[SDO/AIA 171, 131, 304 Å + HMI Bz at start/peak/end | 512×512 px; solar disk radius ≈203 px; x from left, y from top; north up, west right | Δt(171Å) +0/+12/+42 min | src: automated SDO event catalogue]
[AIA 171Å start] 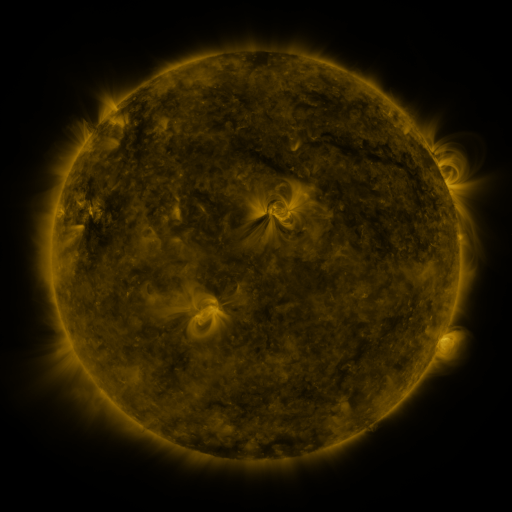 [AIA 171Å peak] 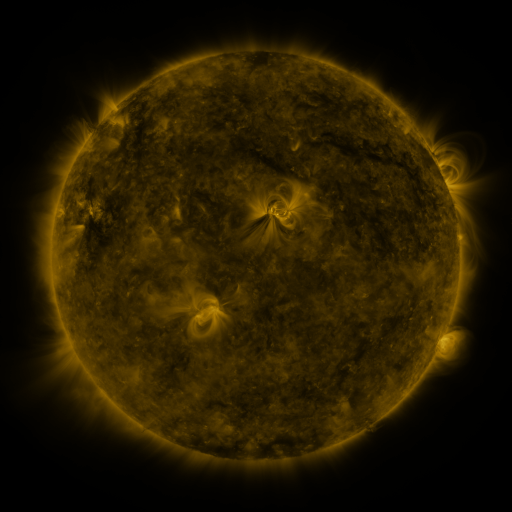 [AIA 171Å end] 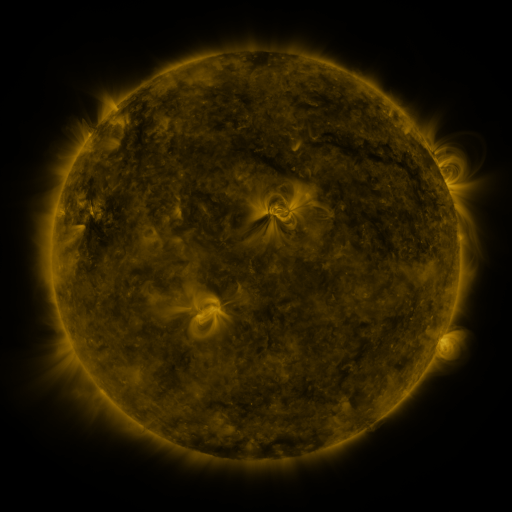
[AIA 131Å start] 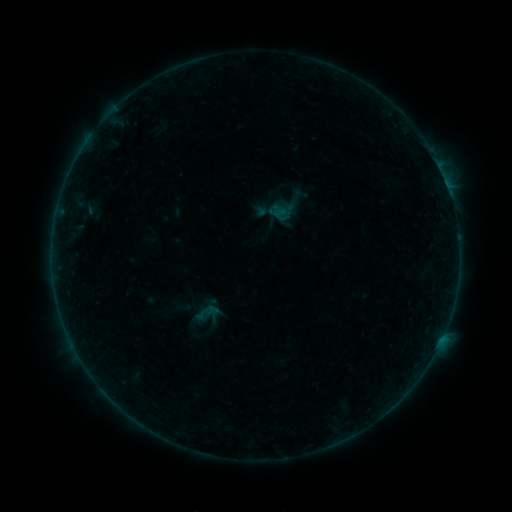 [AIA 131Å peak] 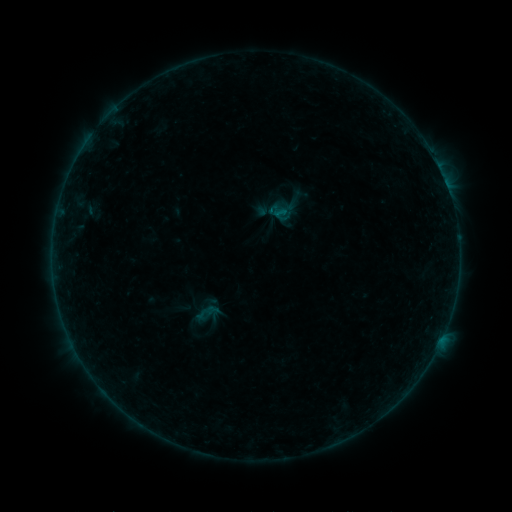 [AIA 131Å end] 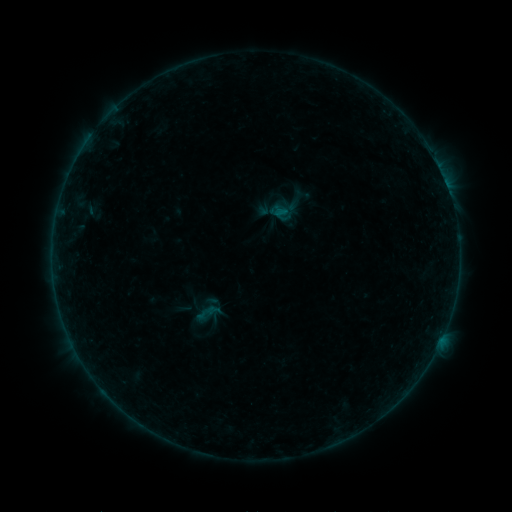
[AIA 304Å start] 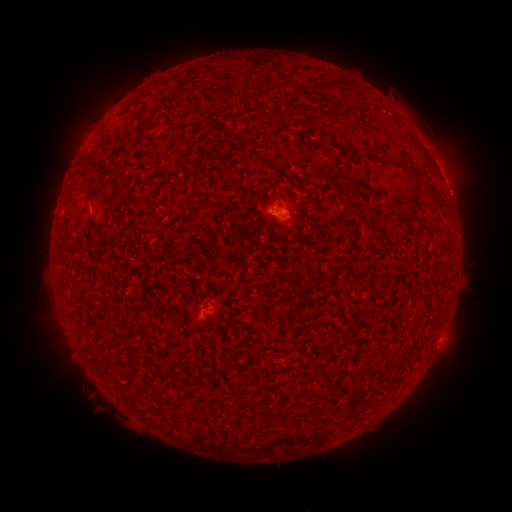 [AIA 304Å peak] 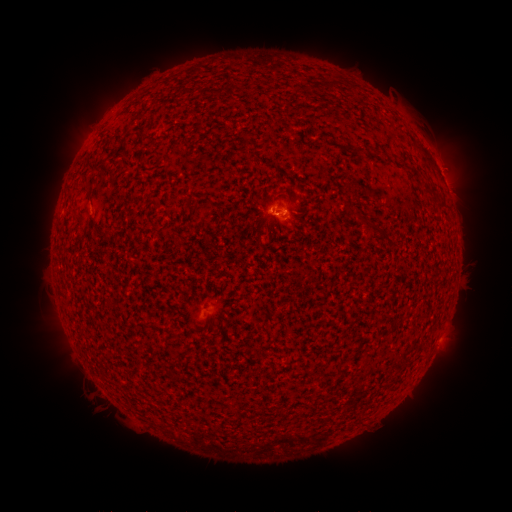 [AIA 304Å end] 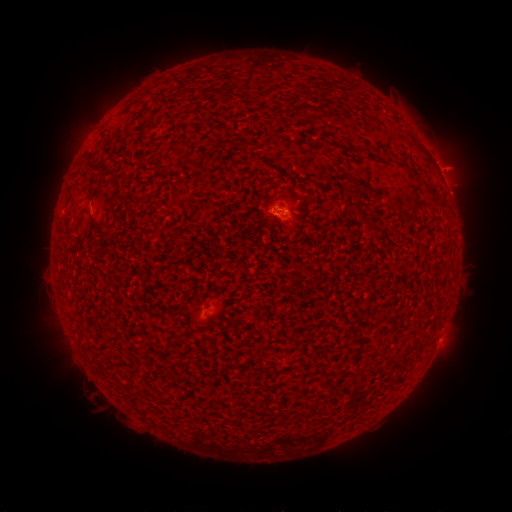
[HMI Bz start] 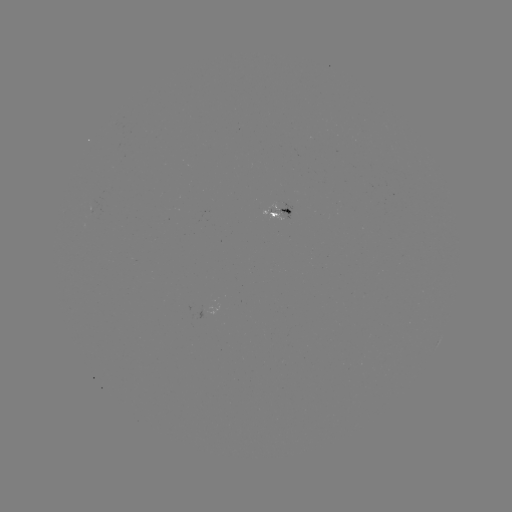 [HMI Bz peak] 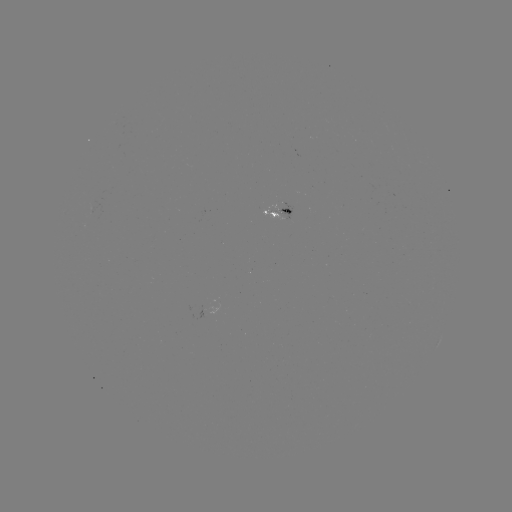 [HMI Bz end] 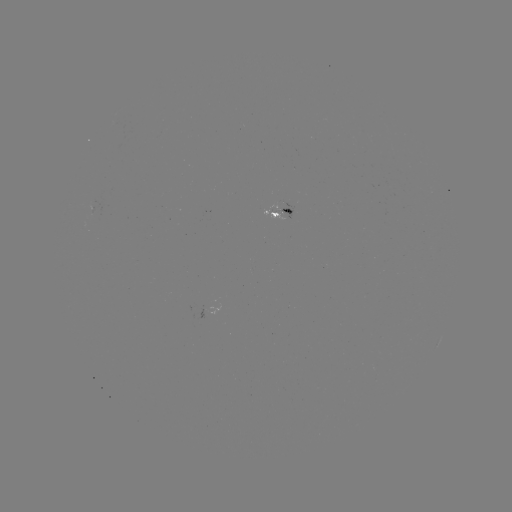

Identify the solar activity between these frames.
B1.9 flare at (440, 341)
